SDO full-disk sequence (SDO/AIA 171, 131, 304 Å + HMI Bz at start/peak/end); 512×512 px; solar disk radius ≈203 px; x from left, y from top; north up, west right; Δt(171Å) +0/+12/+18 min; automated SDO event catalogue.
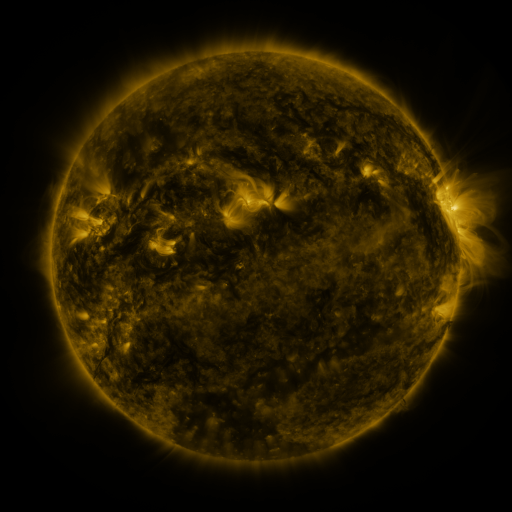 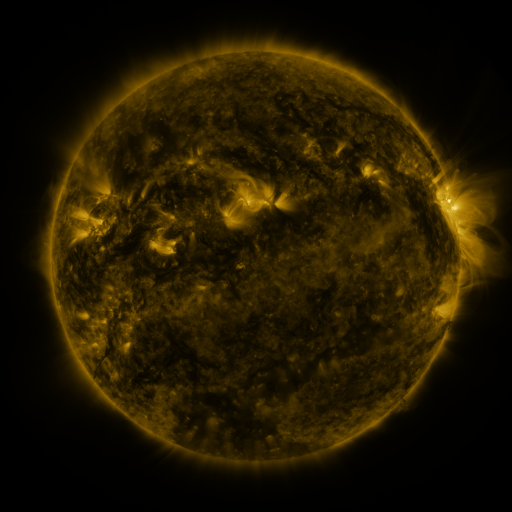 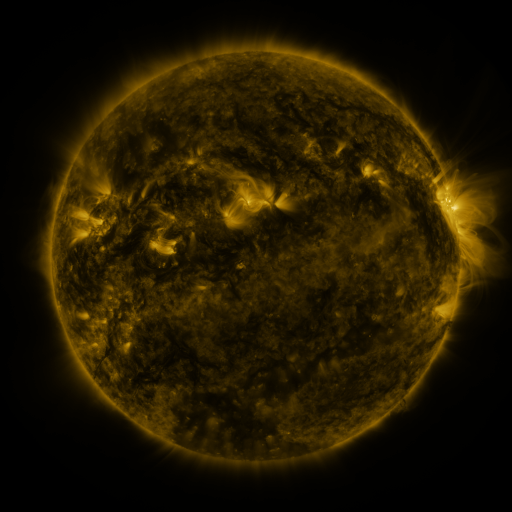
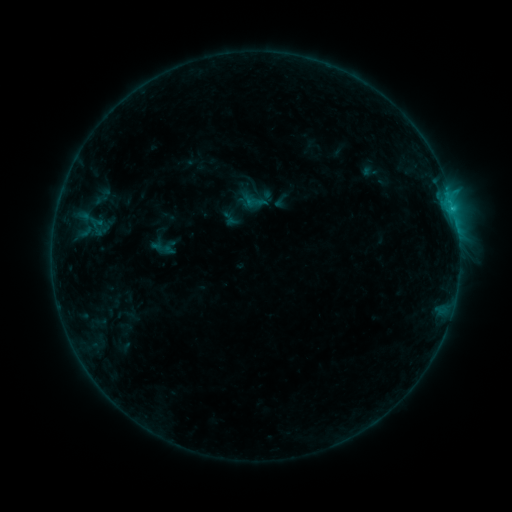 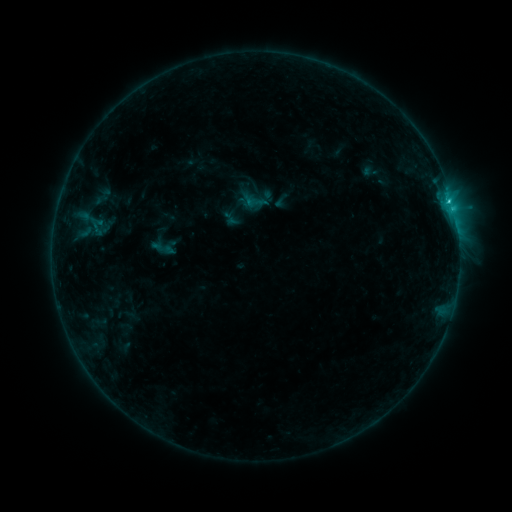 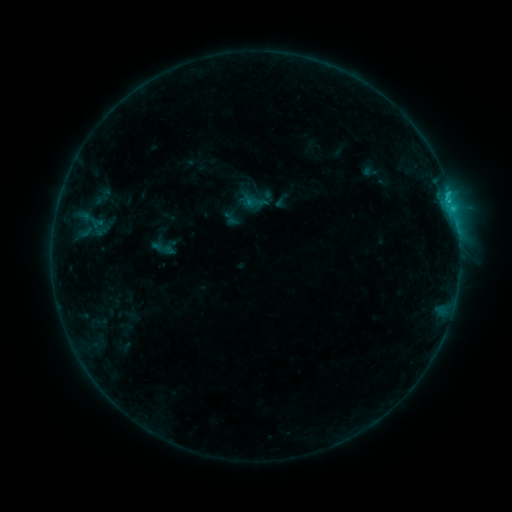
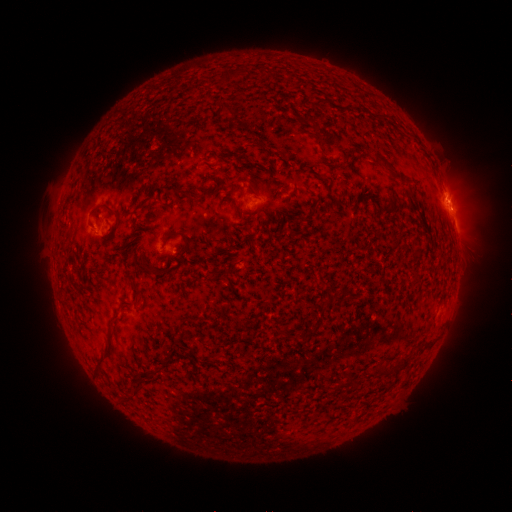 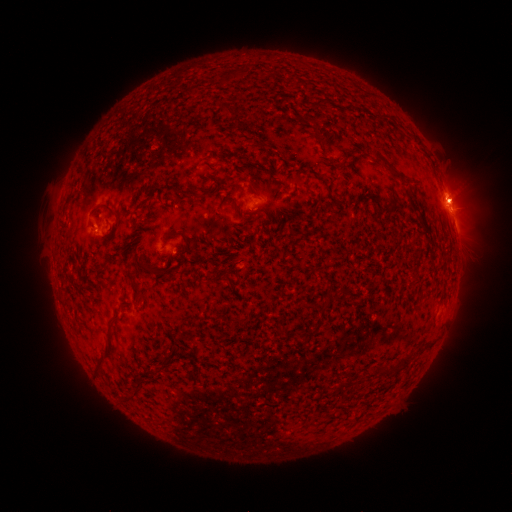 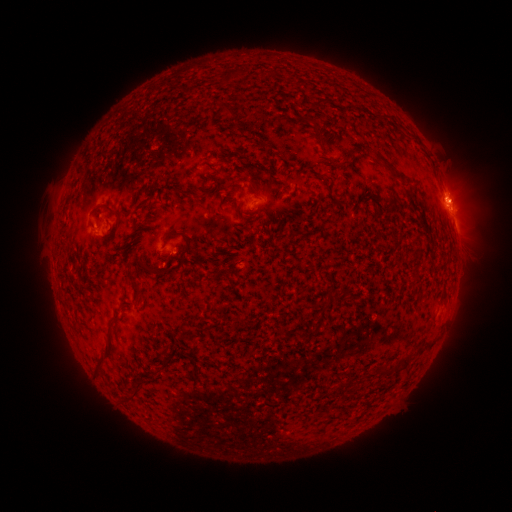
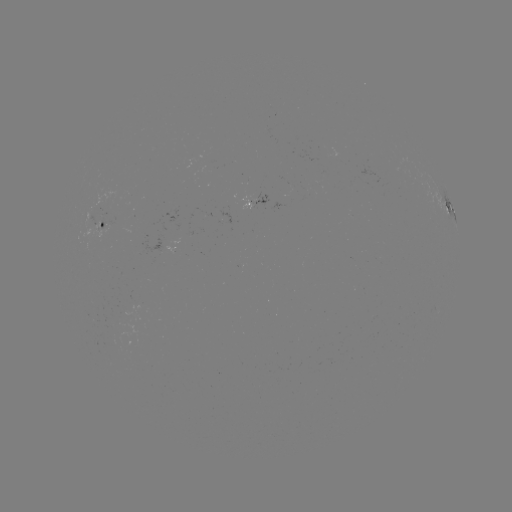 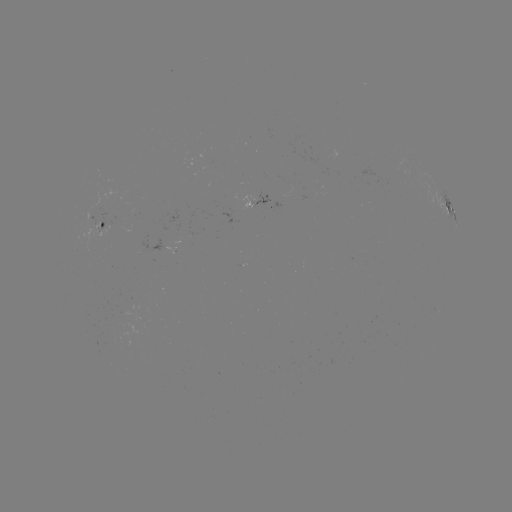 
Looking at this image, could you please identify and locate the C1.4 flare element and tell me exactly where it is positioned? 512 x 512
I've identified C1.4 flare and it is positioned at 448,202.